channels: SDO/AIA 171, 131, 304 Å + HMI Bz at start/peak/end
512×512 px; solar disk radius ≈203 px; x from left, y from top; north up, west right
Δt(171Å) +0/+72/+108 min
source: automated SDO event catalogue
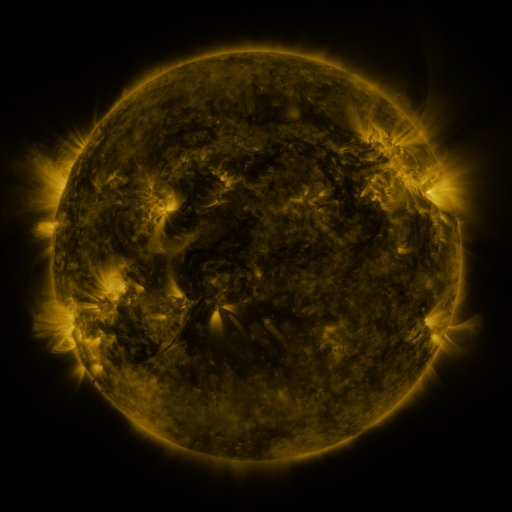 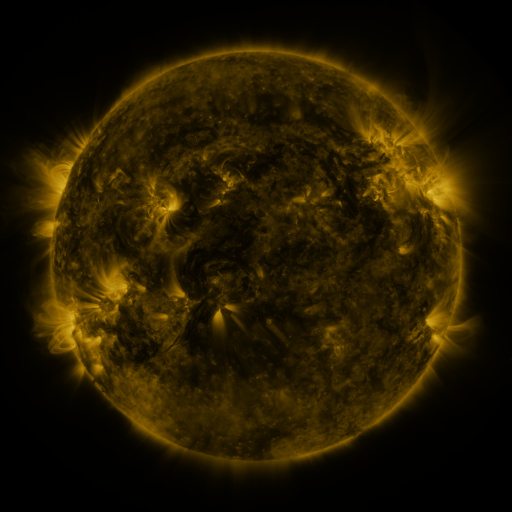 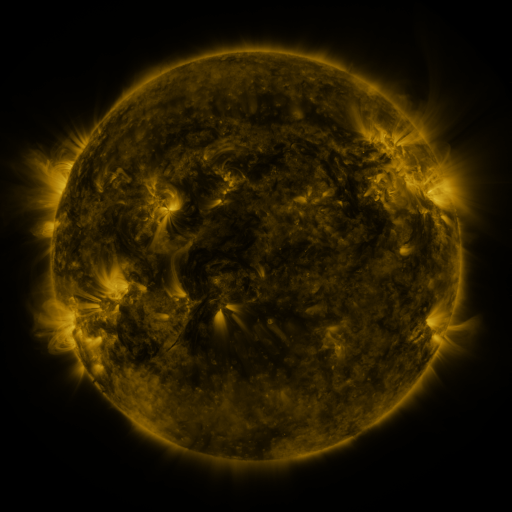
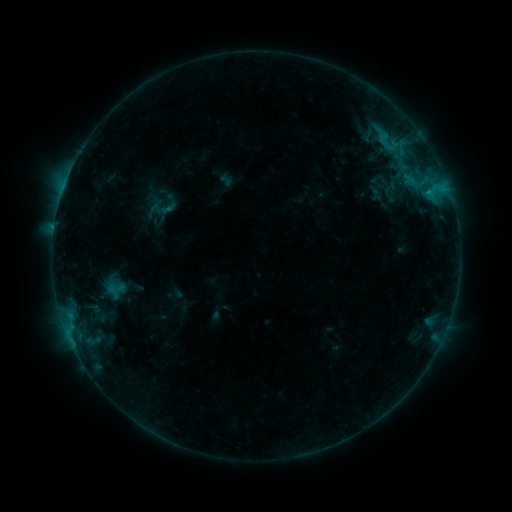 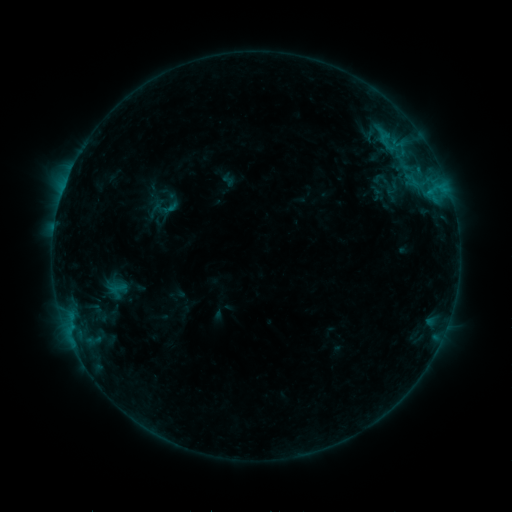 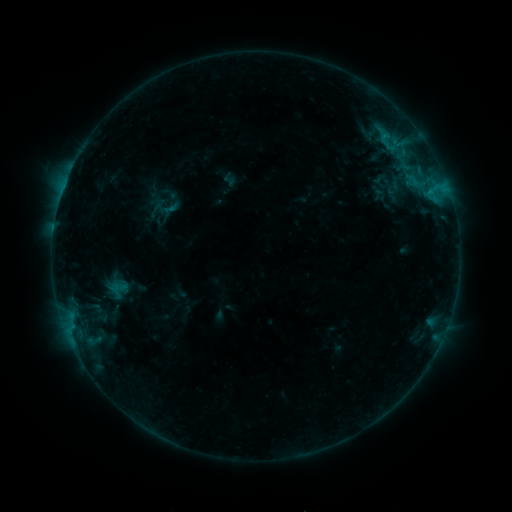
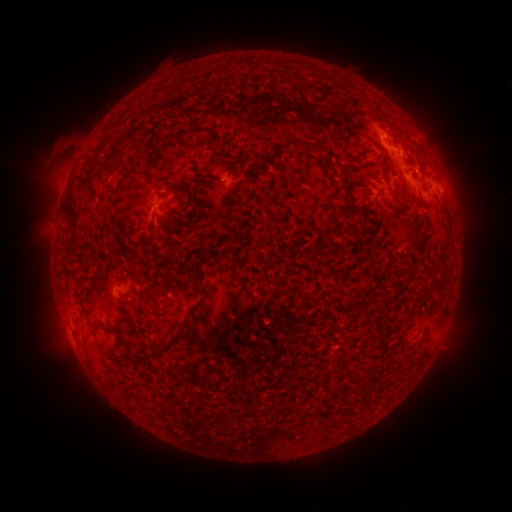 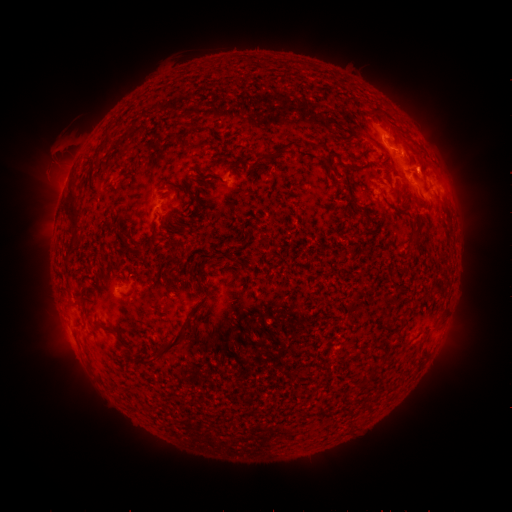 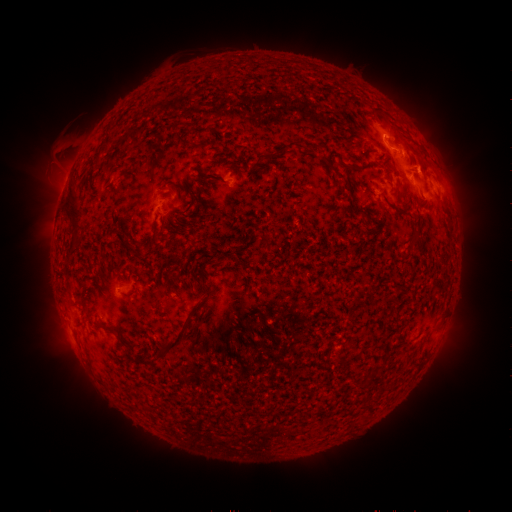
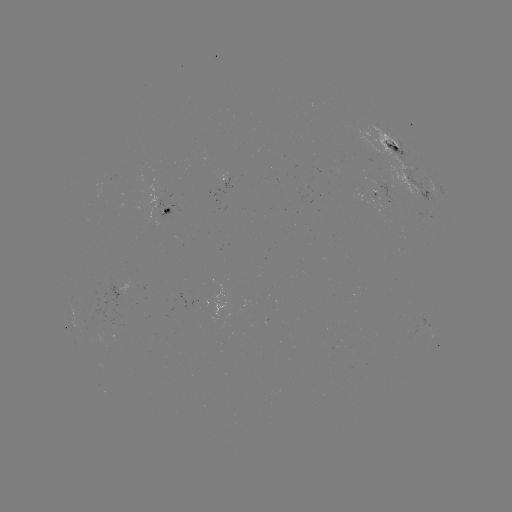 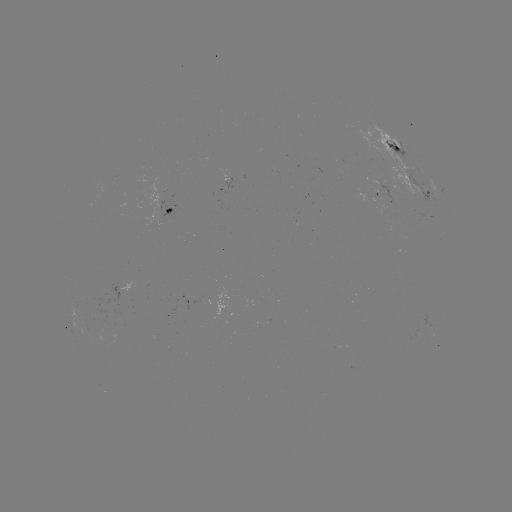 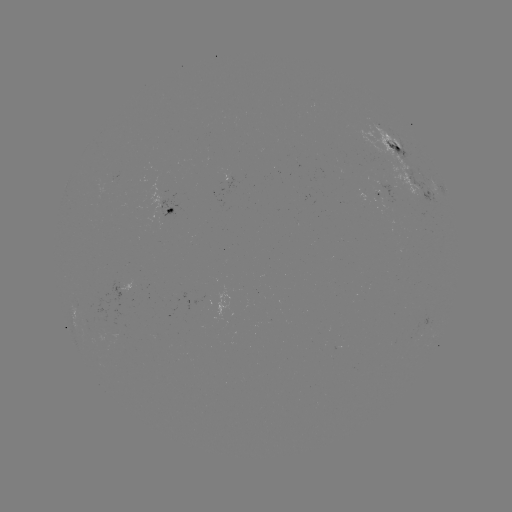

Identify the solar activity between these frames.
emerging-flux region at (386, 200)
